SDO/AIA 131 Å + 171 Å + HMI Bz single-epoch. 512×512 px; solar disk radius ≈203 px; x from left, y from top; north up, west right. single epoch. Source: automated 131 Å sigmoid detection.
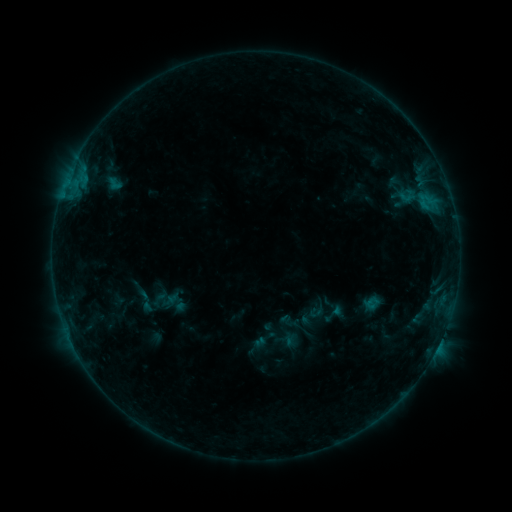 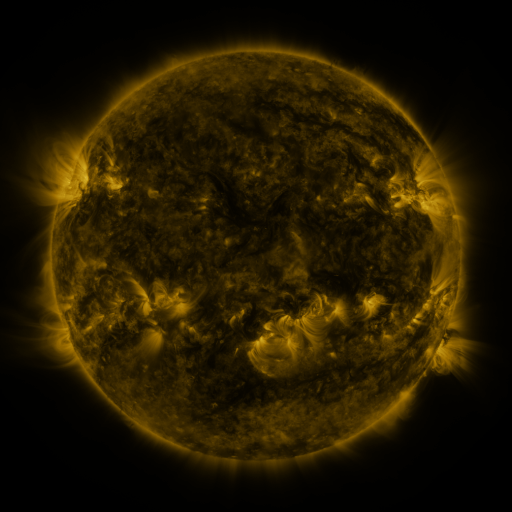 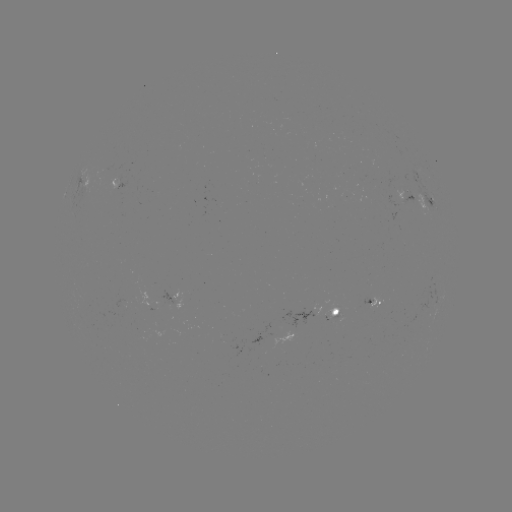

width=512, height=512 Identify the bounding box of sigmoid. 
[129, 289, 162, 313].